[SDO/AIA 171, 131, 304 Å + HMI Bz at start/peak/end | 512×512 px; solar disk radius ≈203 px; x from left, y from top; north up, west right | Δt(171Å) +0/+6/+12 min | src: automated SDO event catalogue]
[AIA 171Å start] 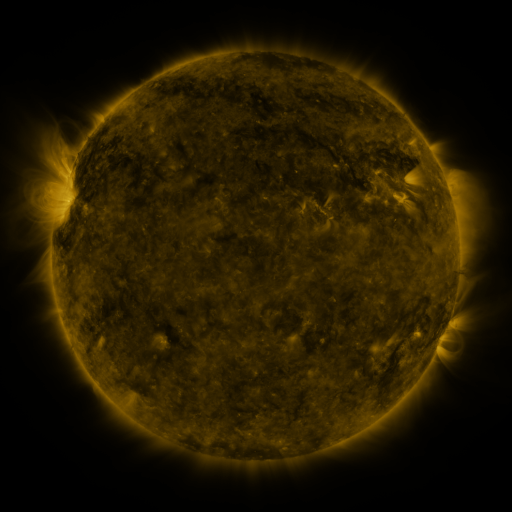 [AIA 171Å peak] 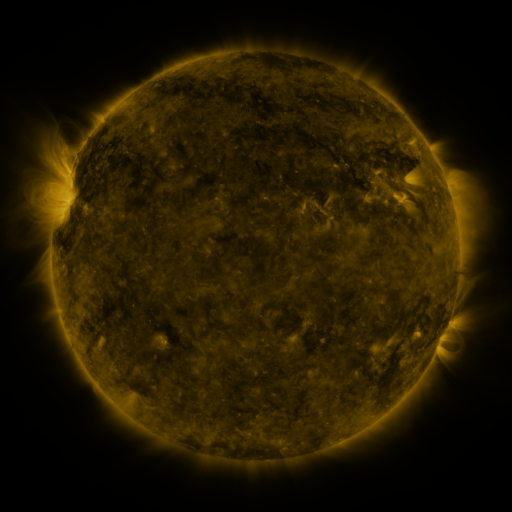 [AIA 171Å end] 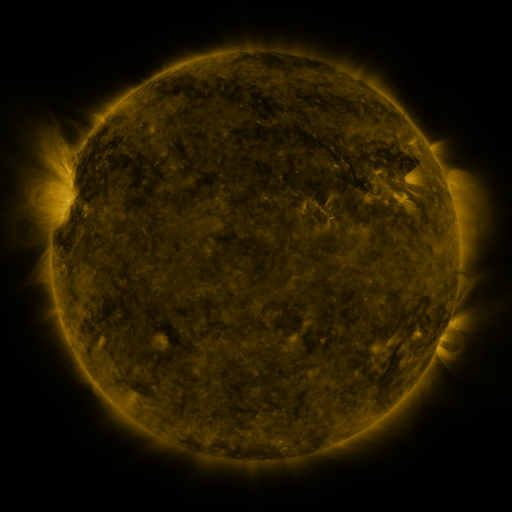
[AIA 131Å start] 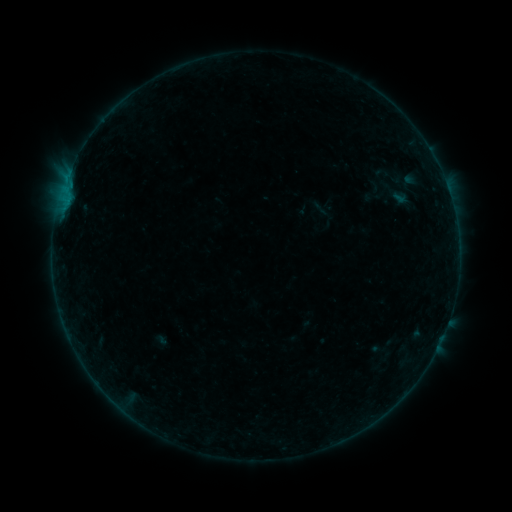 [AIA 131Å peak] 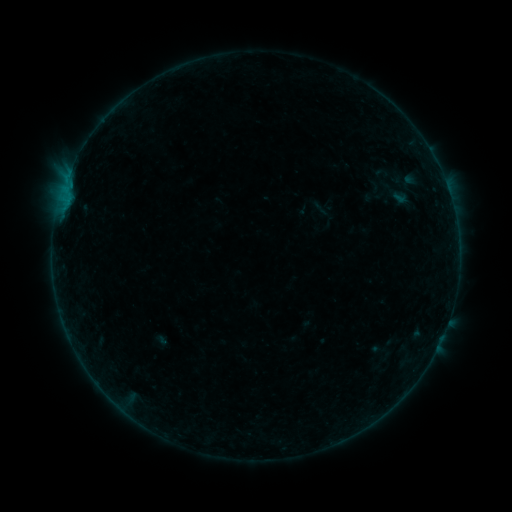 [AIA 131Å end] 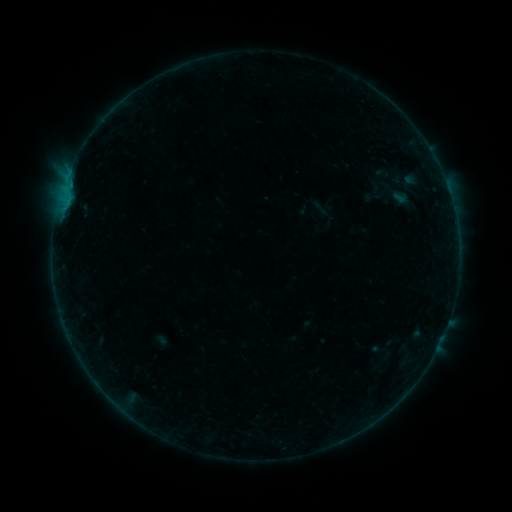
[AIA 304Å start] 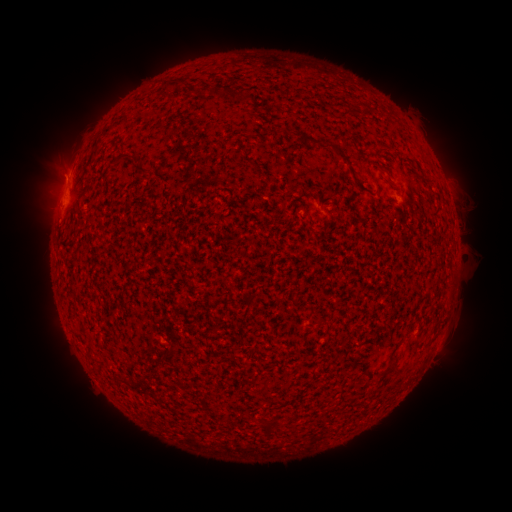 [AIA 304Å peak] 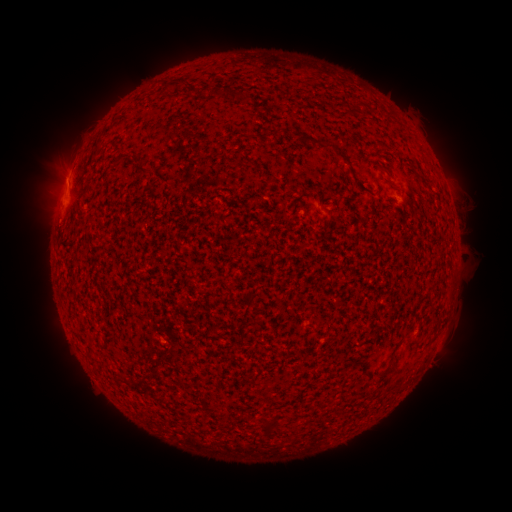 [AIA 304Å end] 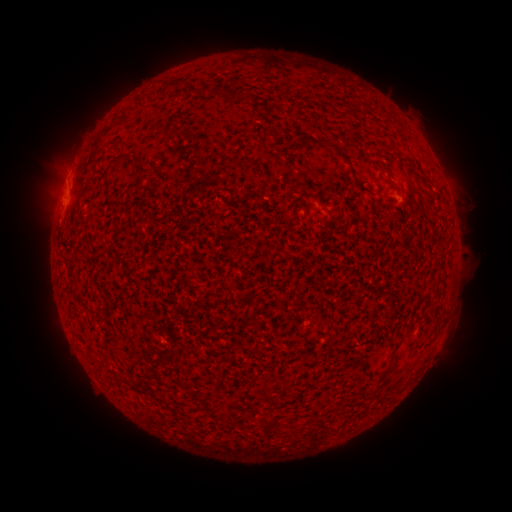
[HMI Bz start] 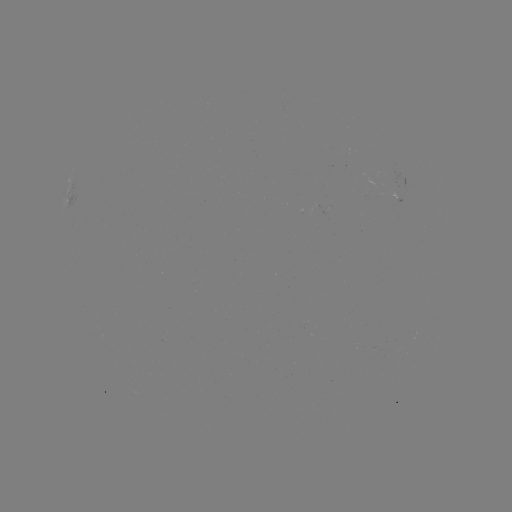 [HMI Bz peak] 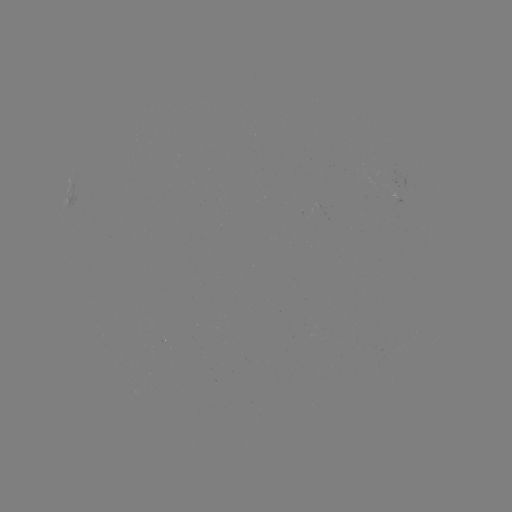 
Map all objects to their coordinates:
eruption: (59, 175)
